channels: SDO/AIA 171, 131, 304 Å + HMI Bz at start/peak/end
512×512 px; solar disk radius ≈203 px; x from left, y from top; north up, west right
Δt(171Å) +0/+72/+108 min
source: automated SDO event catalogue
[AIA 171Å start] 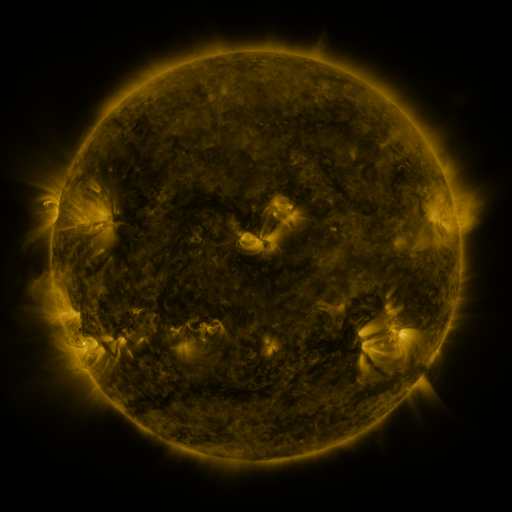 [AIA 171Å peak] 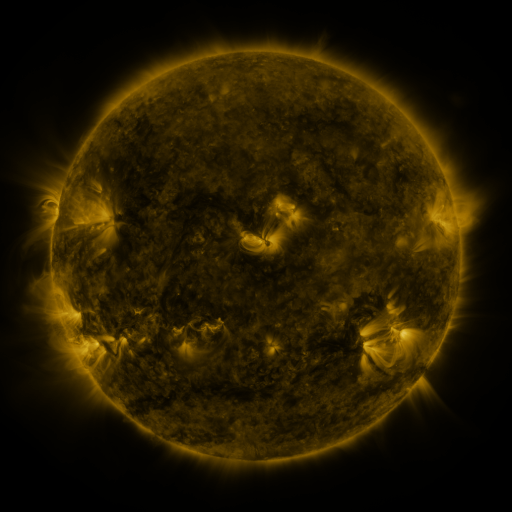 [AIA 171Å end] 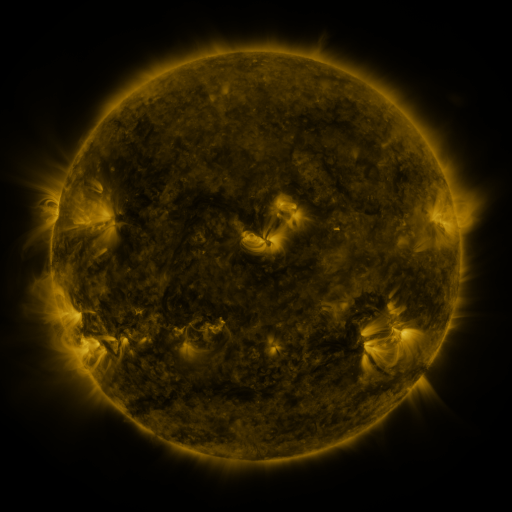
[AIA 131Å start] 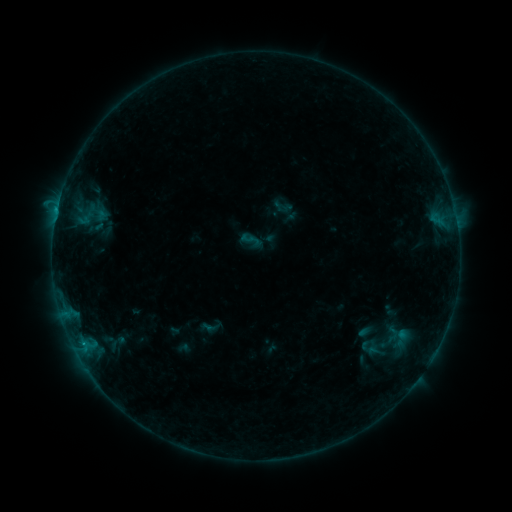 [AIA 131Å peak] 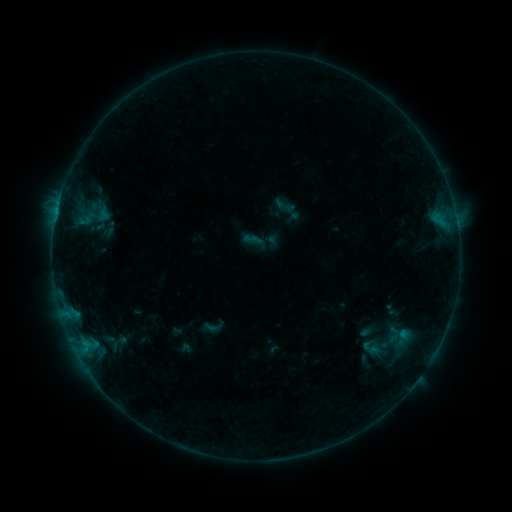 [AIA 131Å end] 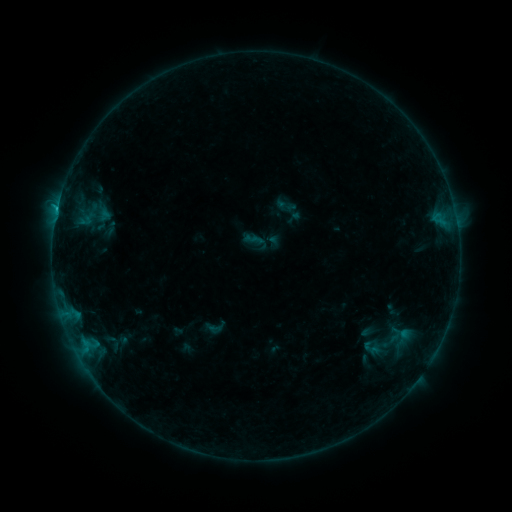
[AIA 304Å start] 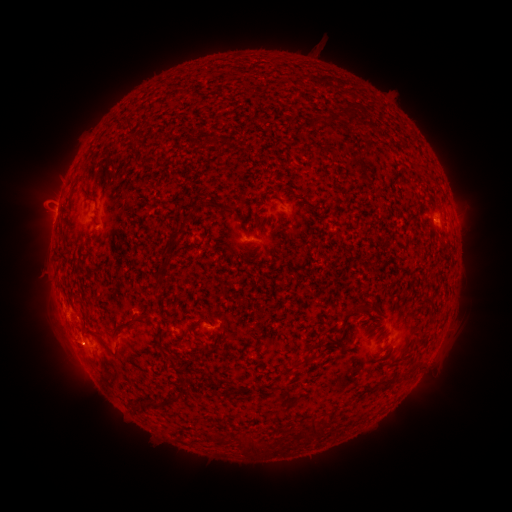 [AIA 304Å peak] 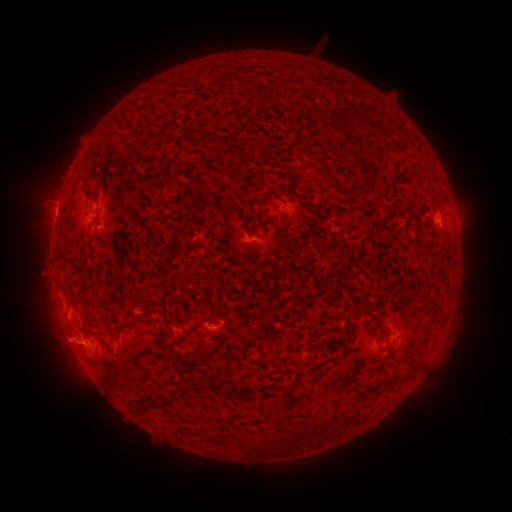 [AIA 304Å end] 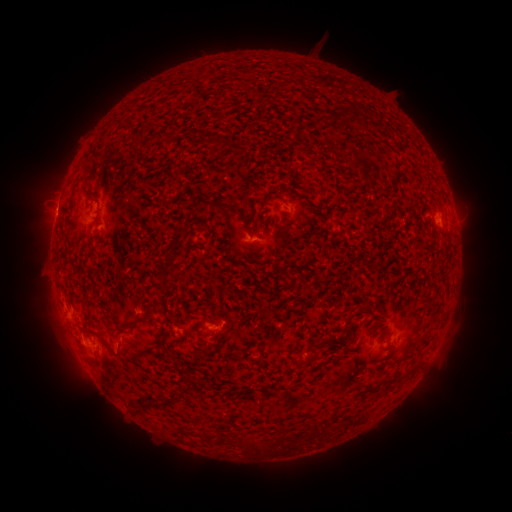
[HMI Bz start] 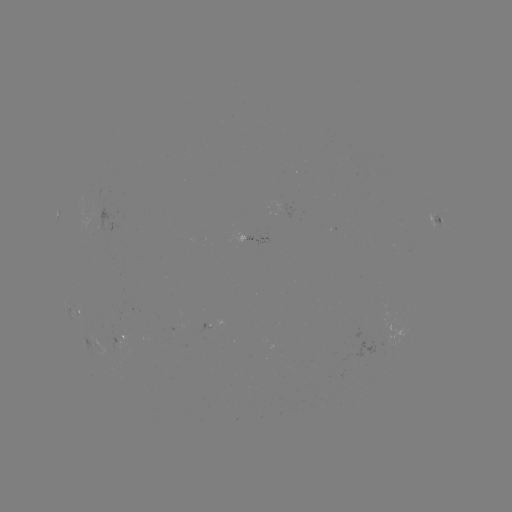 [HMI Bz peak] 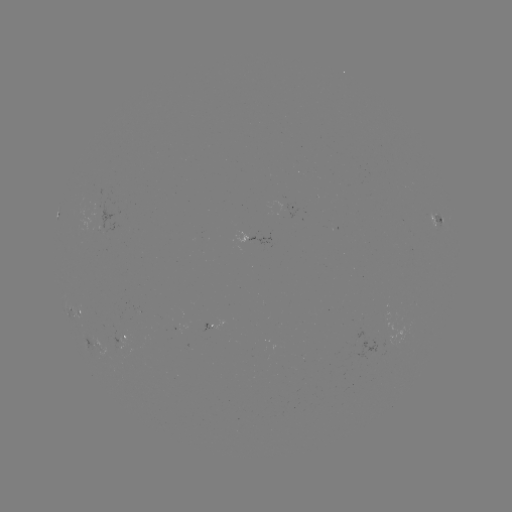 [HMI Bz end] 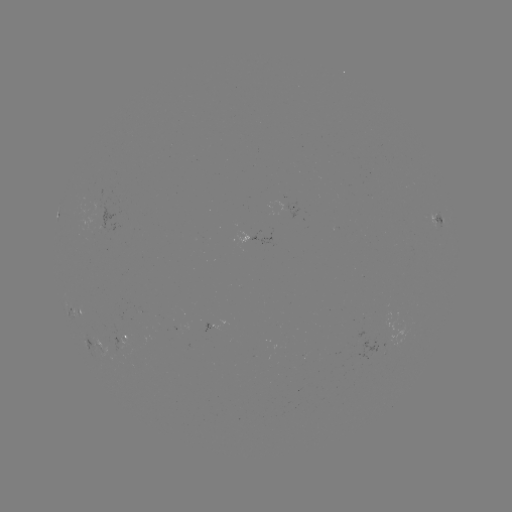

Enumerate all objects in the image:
emerging-flux region: (390, 336)
